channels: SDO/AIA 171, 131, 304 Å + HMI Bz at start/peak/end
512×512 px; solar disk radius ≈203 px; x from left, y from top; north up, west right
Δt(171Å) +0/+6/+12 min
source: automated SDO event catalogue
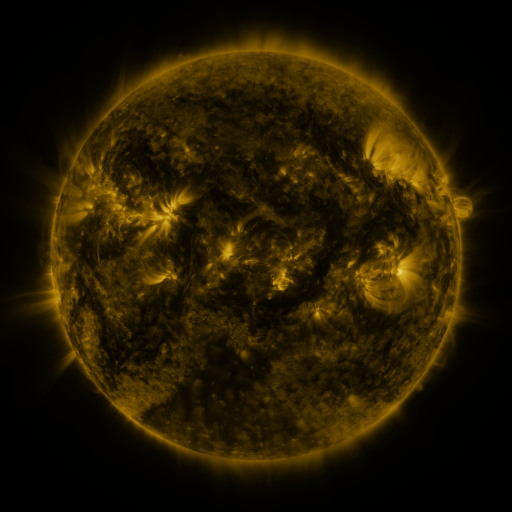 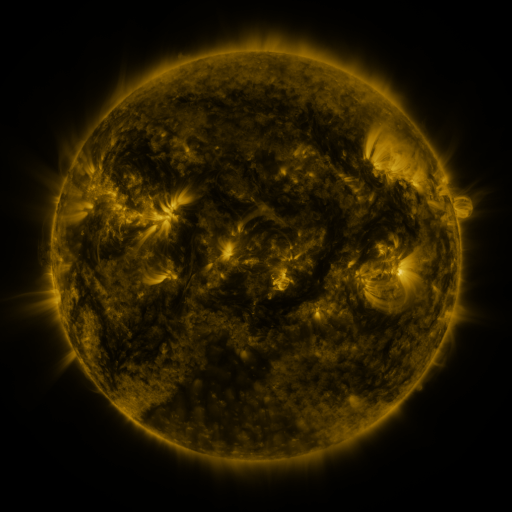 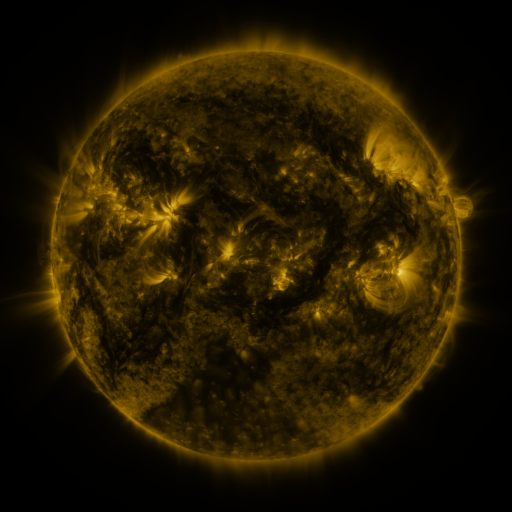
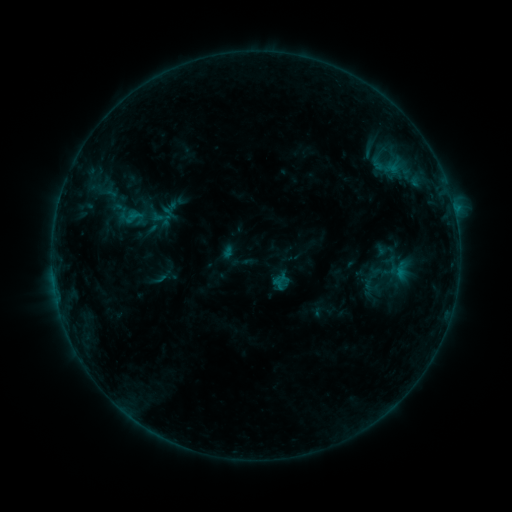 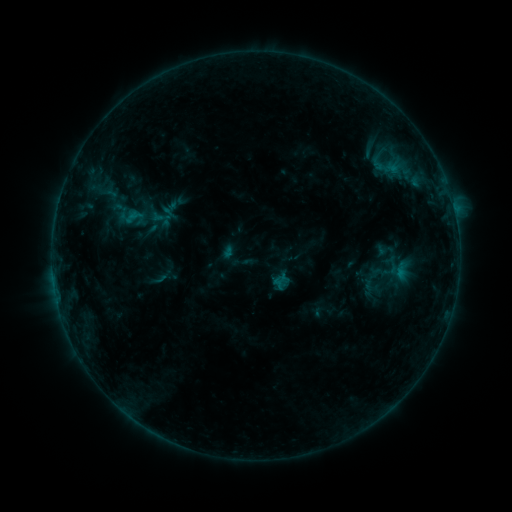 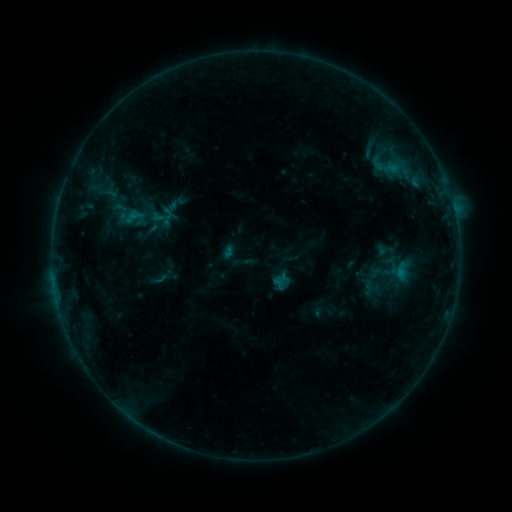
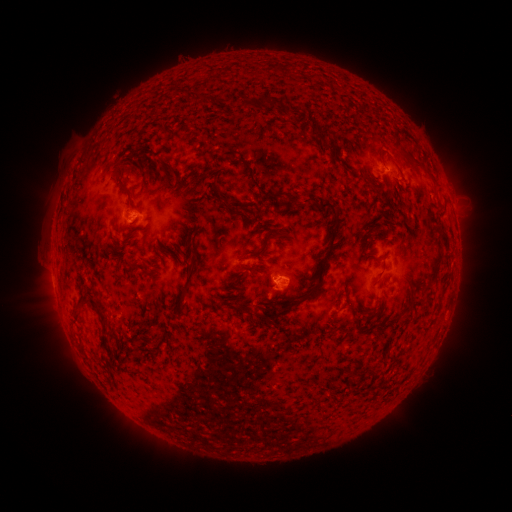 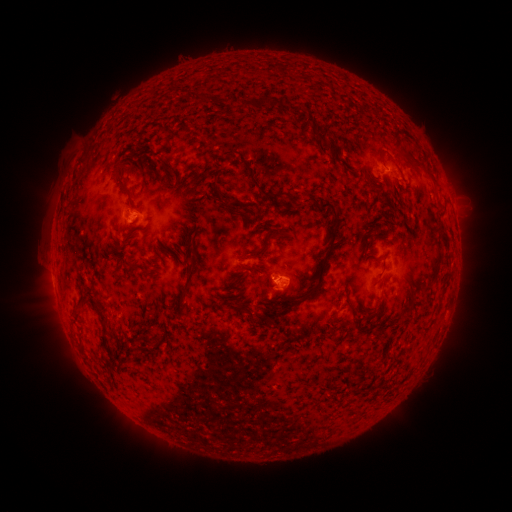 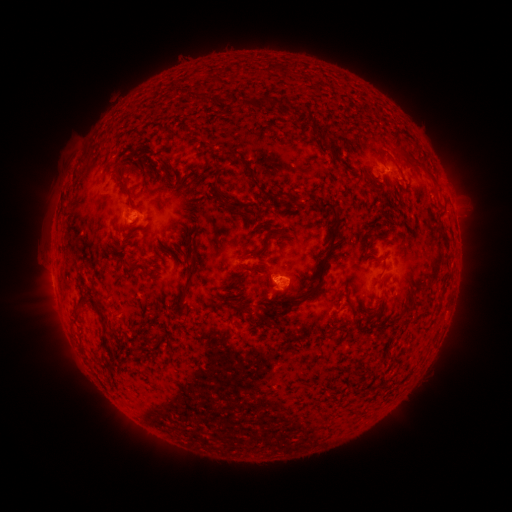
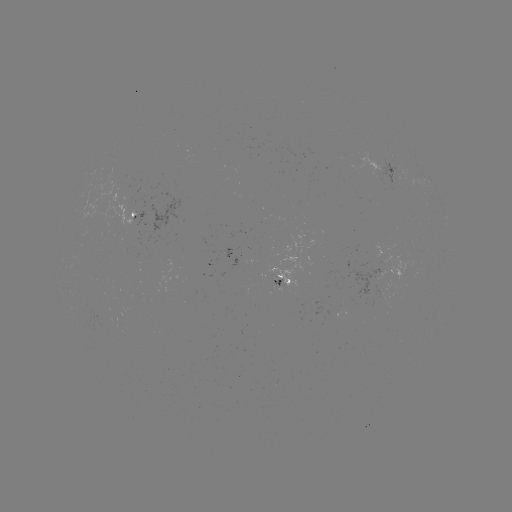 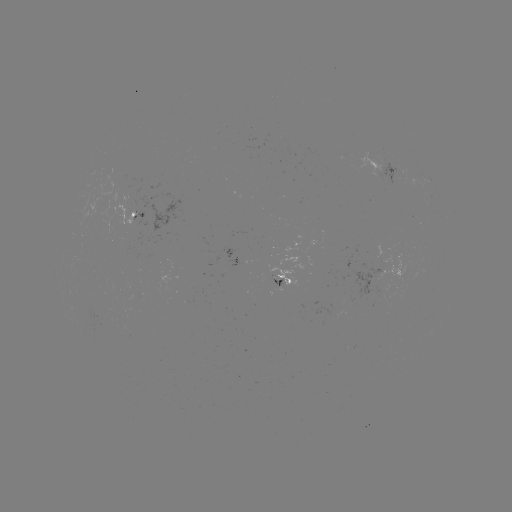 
no catalogued flare and no flagged EUV brightening in this window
